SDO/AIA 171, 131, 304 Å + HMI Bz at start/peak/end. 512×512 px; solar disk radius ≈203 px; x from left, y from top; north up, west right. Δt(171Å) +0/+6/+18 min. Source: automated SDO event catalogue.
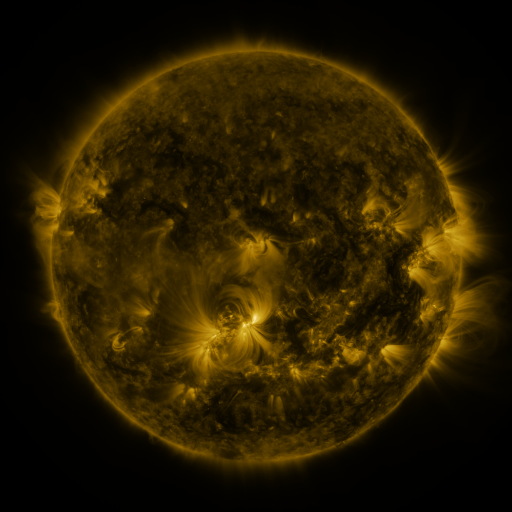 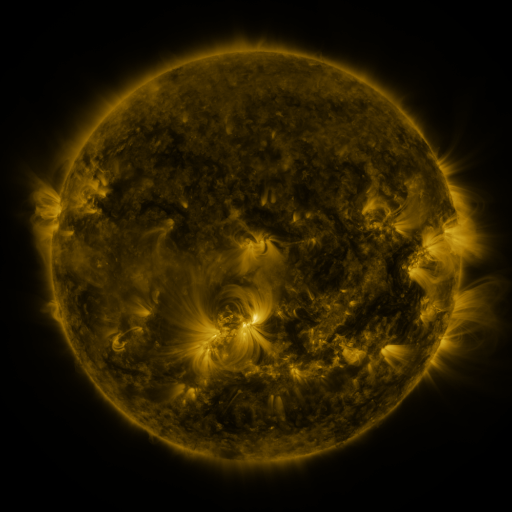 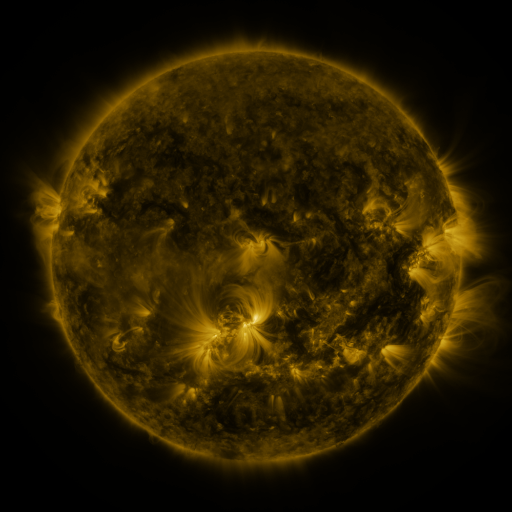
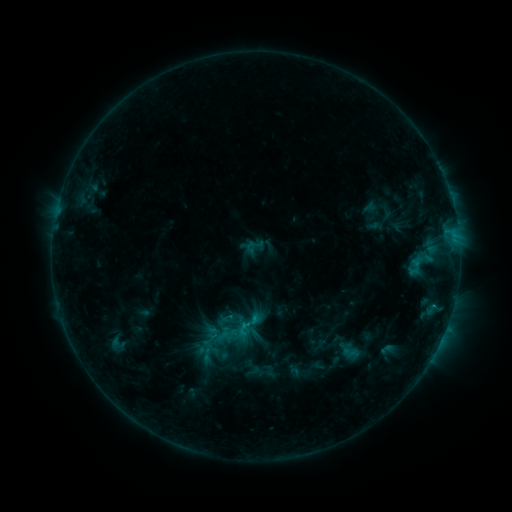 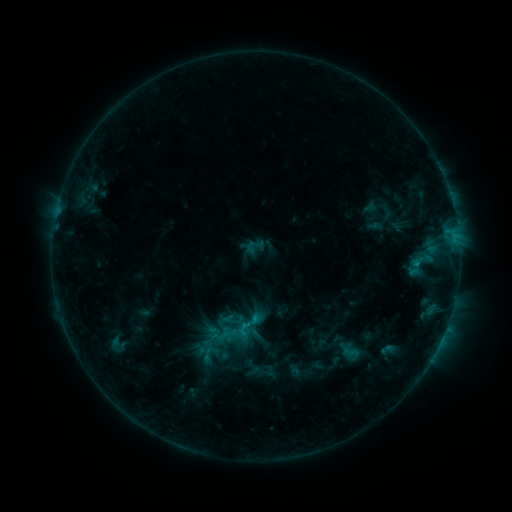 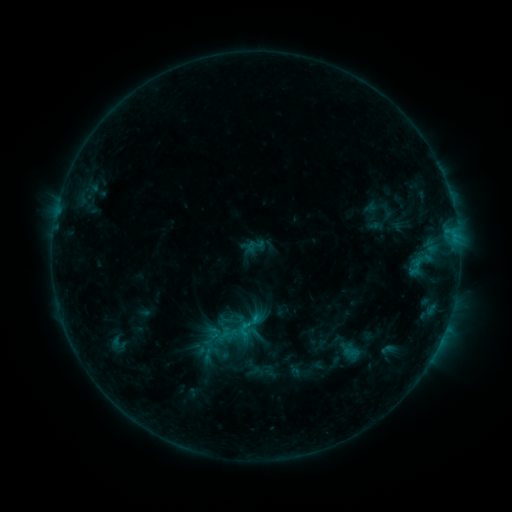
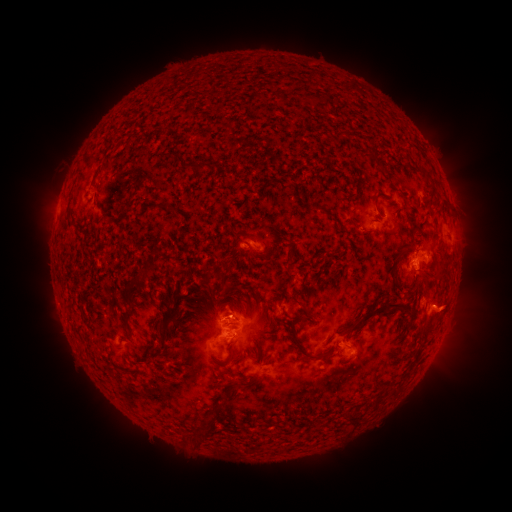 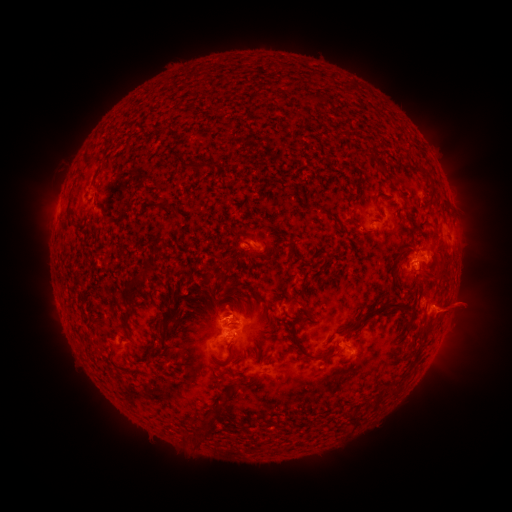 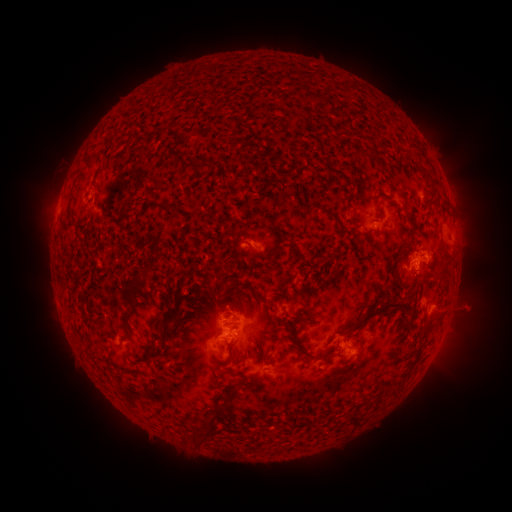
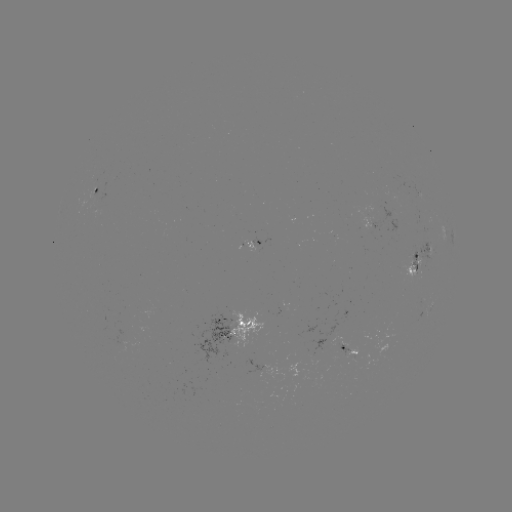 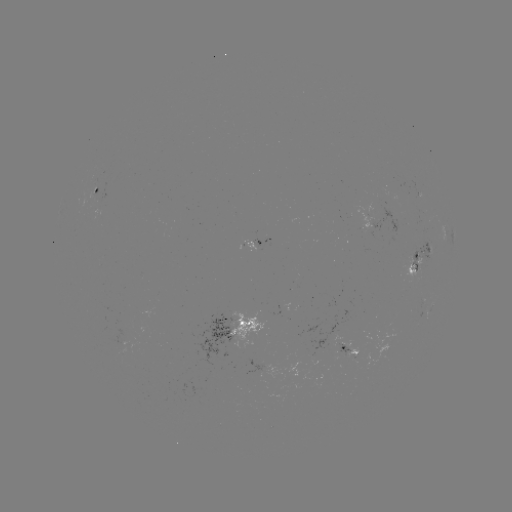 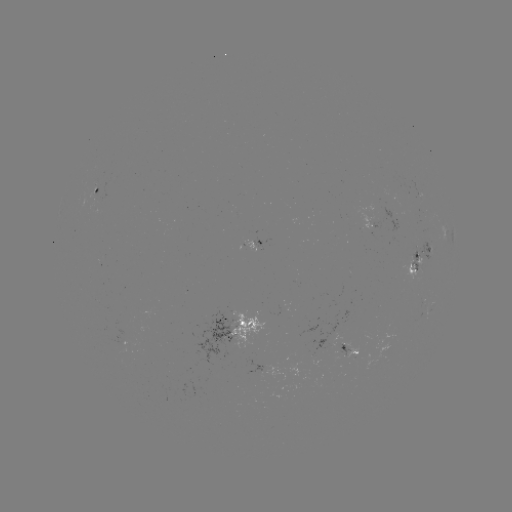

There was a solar eruption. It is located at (467, 308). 